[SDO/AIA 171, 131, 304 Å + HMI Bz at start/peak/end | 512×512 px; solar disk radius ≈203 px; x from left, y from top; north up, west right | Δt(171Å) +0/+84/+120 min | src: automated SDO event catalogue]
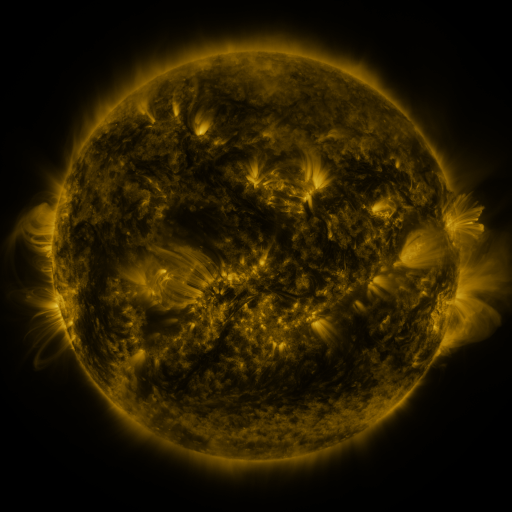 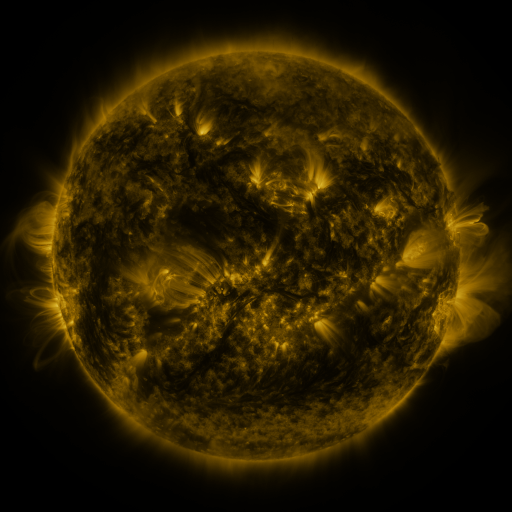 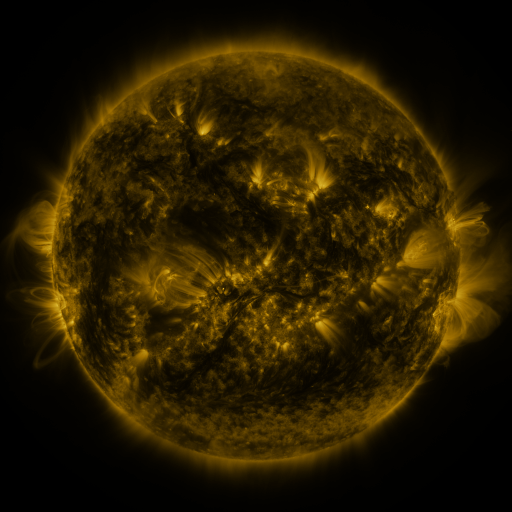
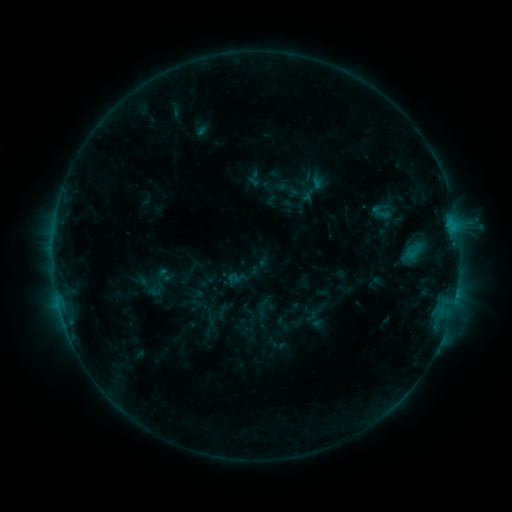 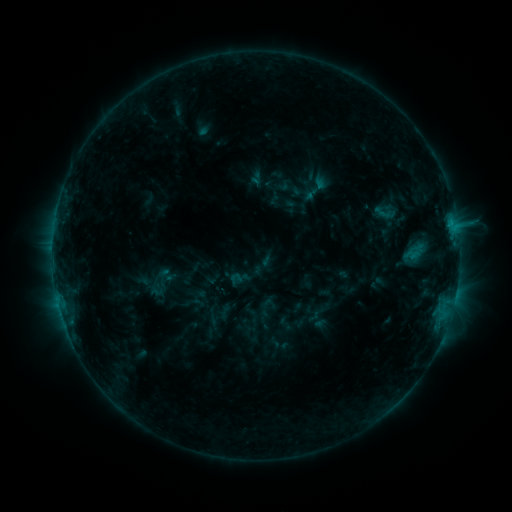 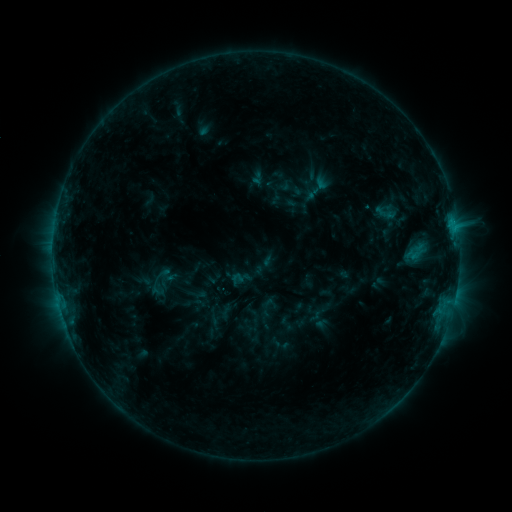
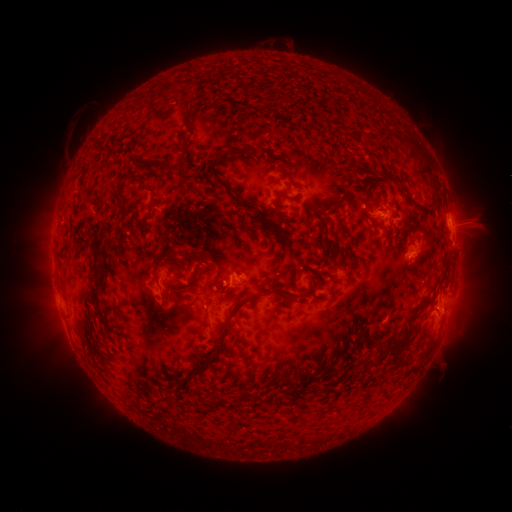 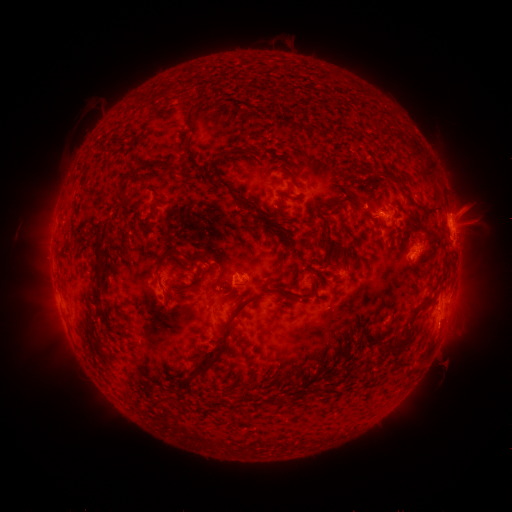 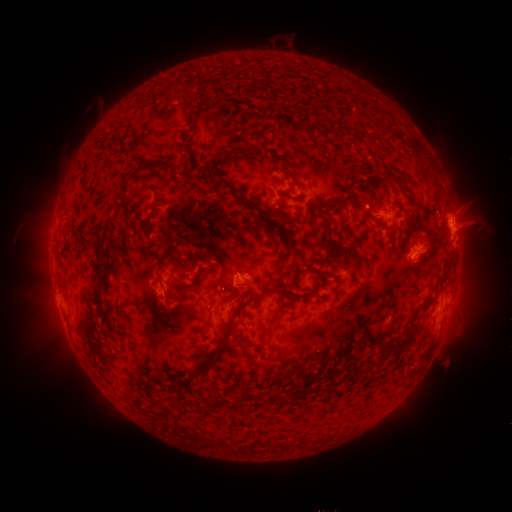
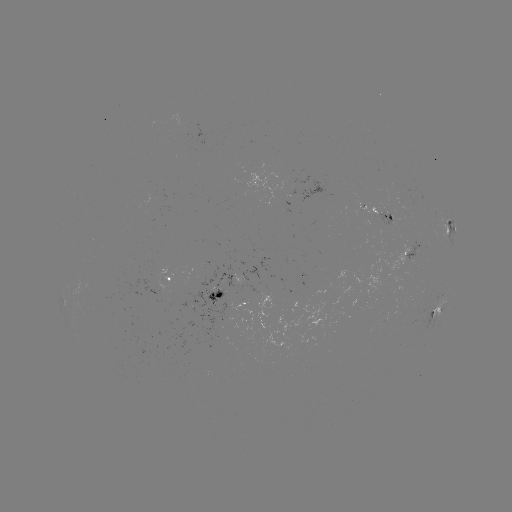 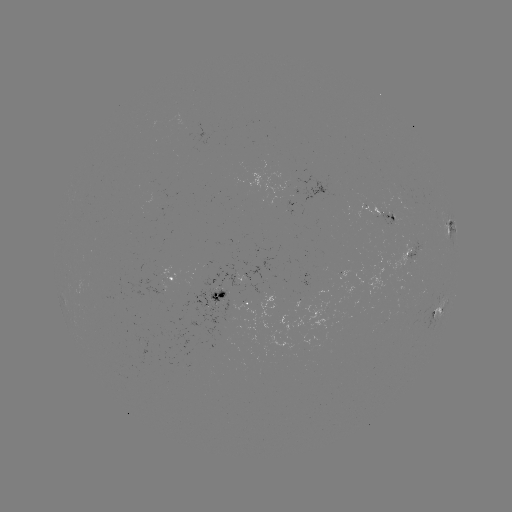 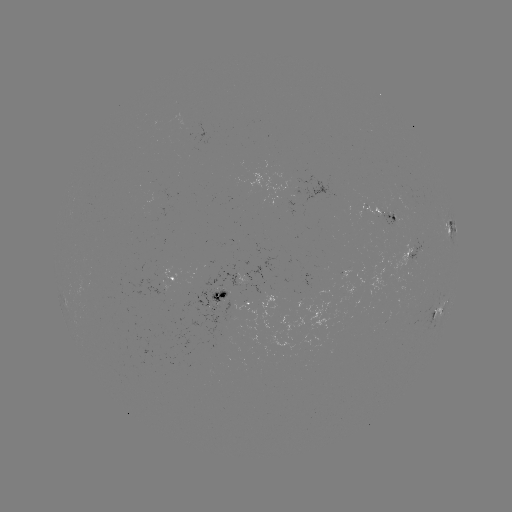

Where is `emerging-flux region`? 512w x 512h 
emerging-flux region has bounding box [400, 206, 409, 216].